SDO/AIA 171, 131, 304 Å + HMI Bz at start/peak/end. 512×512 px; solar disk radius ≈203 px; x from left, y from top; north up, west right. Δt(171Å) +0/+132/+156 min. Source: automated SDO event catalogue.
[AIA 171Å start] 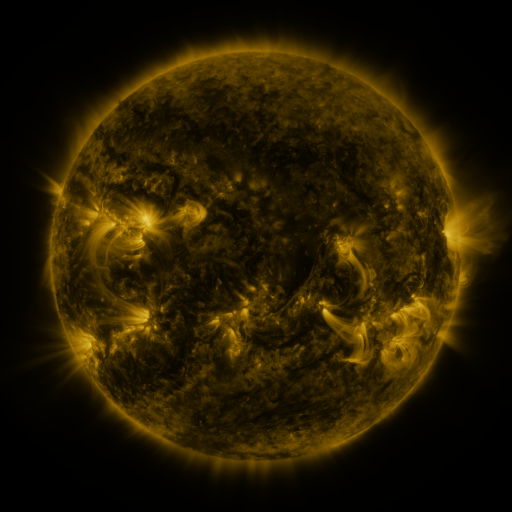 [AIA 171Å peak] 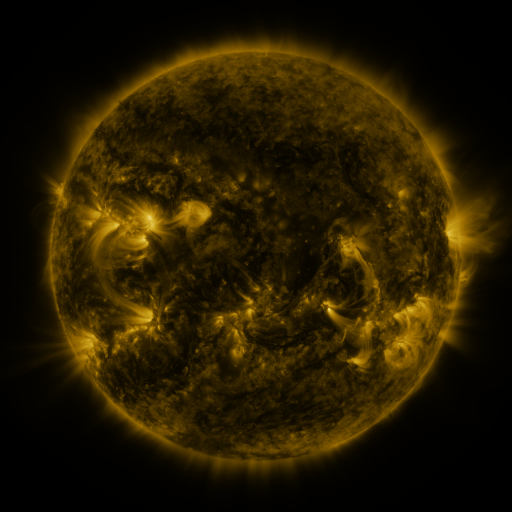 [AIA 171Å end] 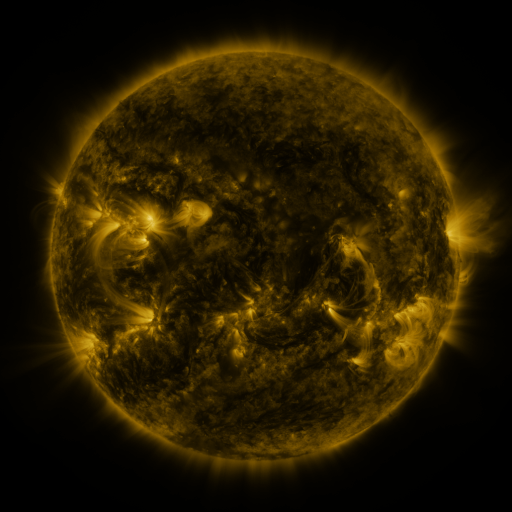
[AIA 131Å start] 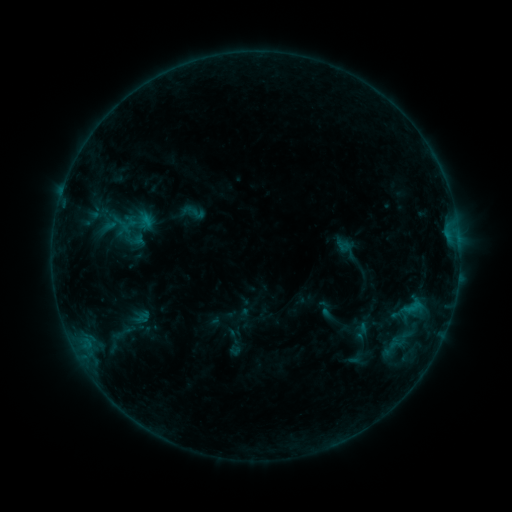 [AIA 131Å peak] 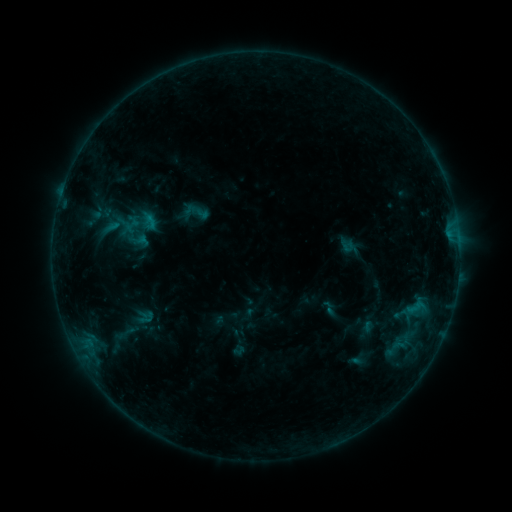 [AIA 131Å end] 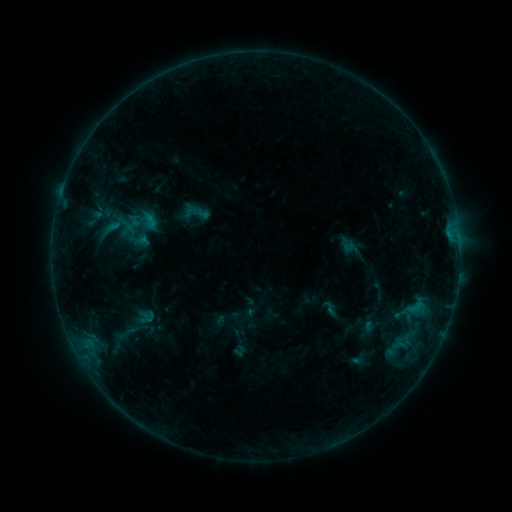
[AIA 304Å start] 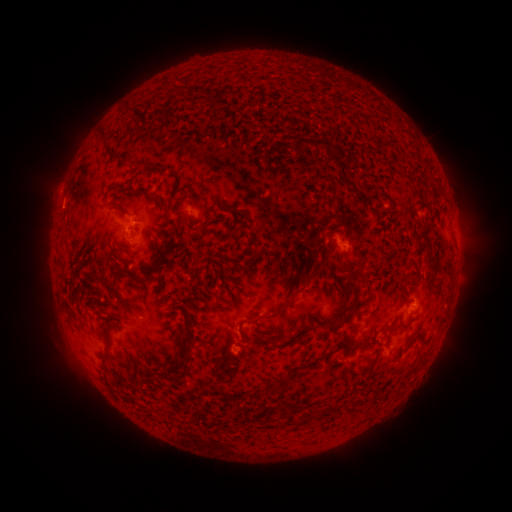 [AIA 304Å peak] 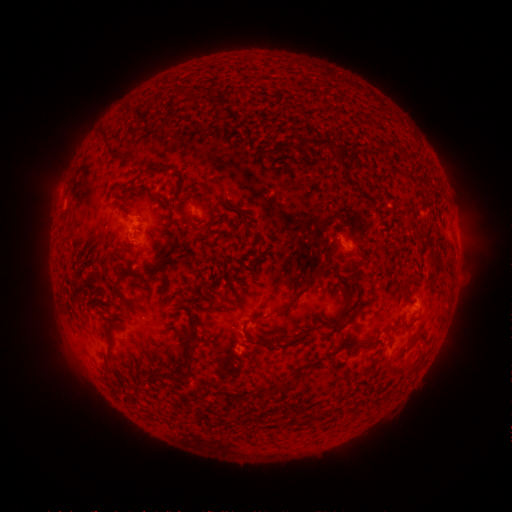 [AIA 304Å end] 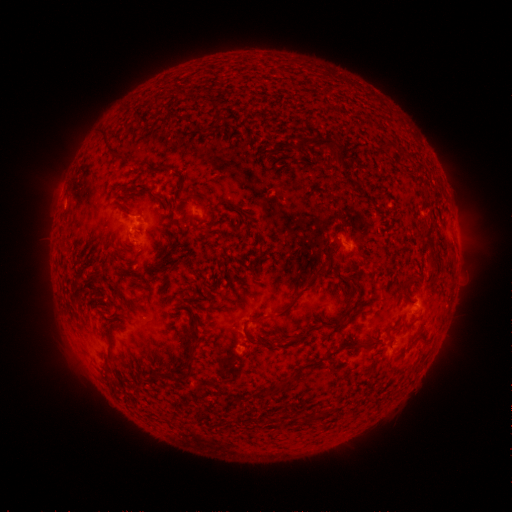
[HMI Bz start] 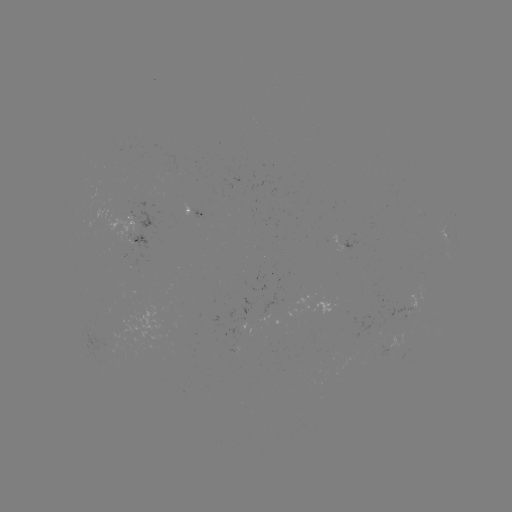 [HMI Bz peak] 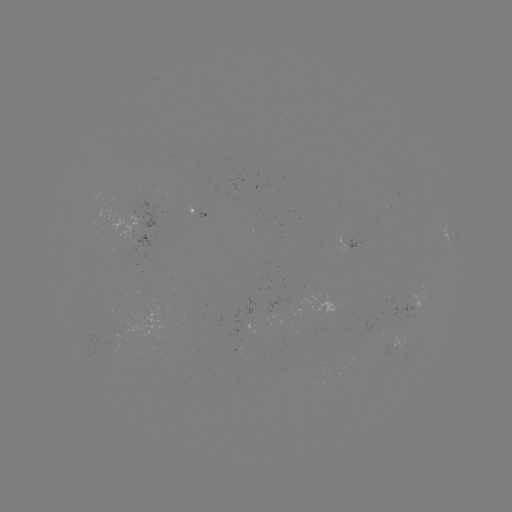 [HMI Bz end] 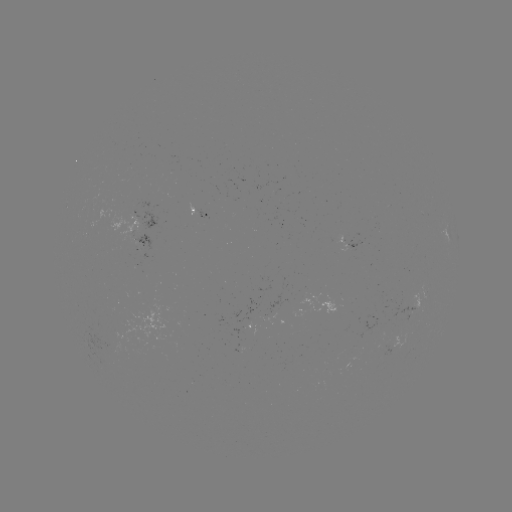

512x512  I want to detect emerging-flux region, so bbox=[97, 340, 114, 350].